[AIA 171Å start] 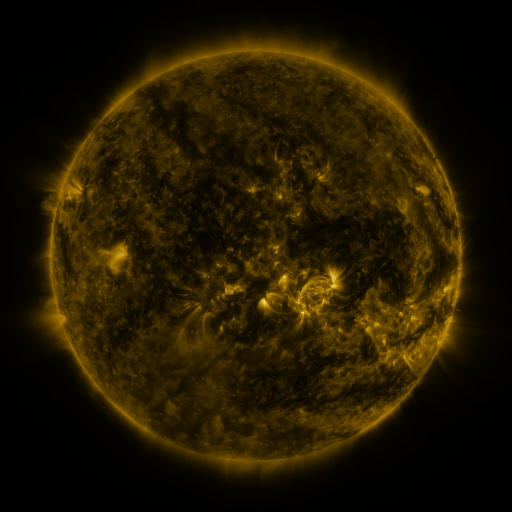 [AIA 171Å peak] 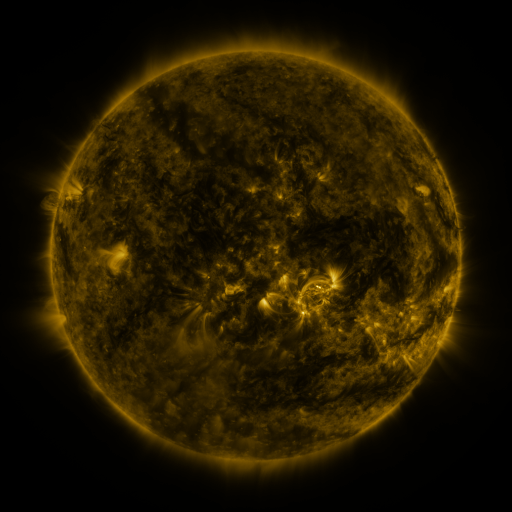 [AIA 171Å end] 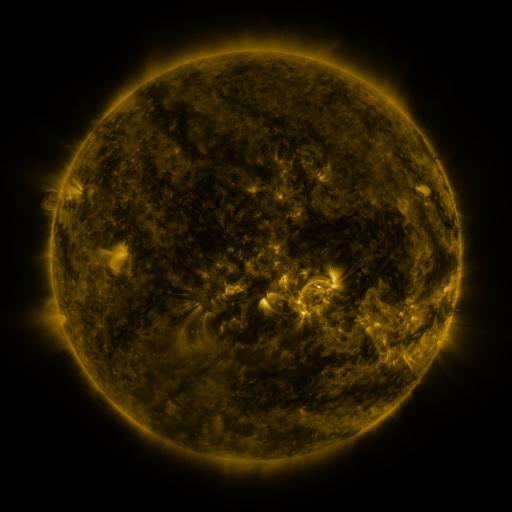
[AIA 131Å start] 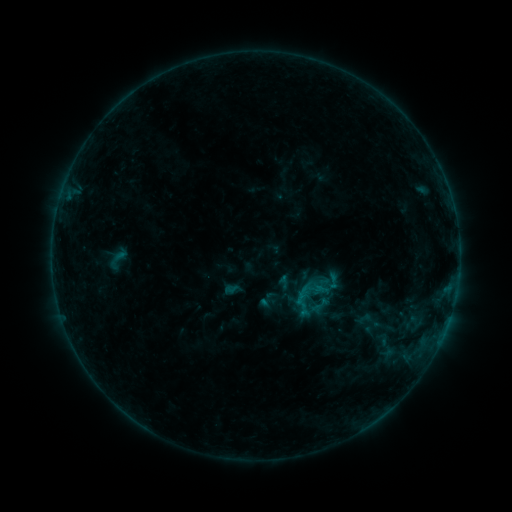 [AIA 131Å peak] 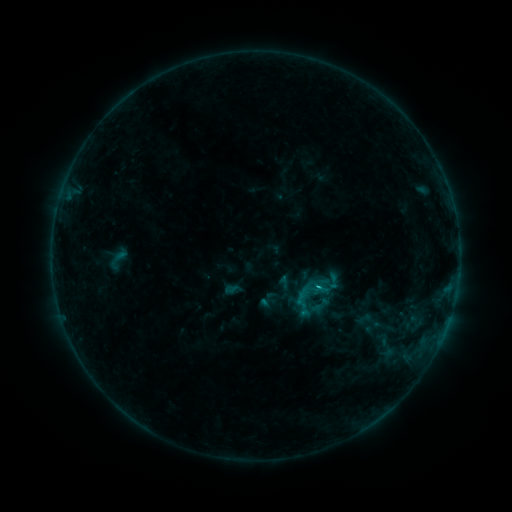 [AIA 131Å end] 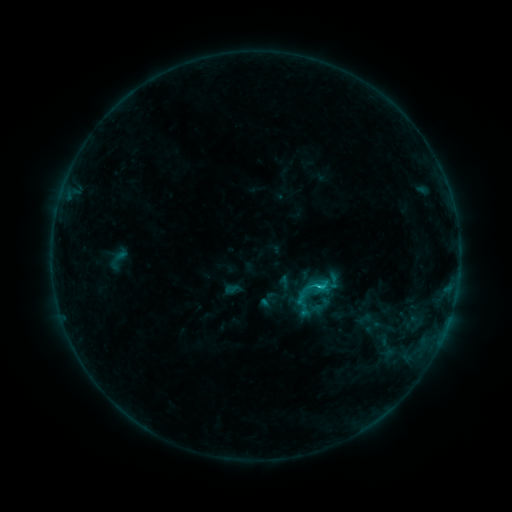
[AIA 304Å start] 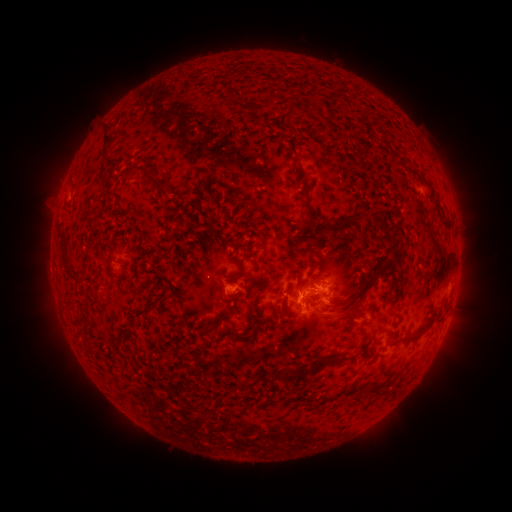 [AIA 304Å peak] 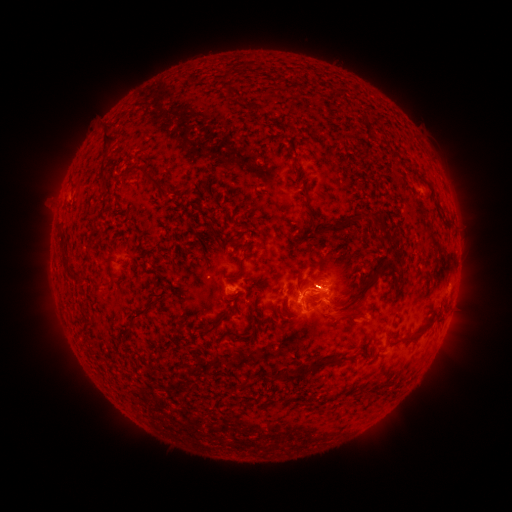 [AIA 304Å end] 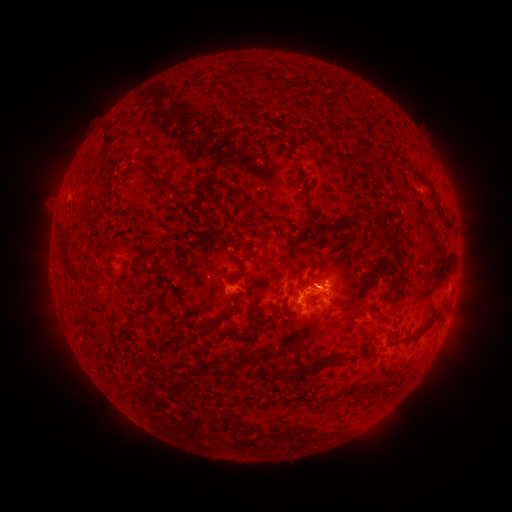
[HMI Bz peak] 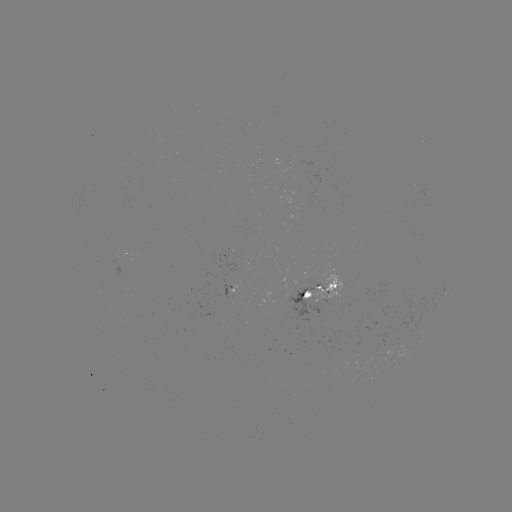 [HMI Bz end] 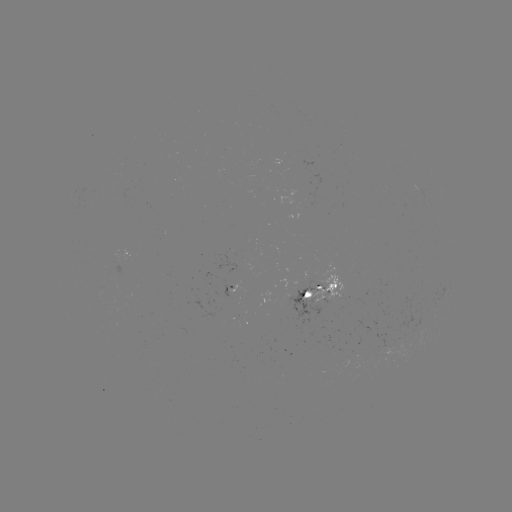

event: flare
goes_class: C1.7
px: (316, 284)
